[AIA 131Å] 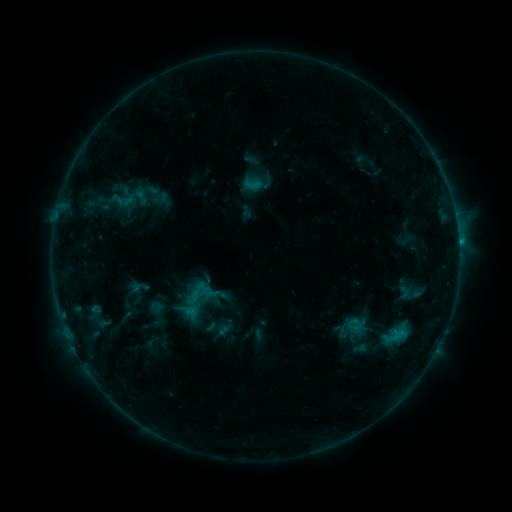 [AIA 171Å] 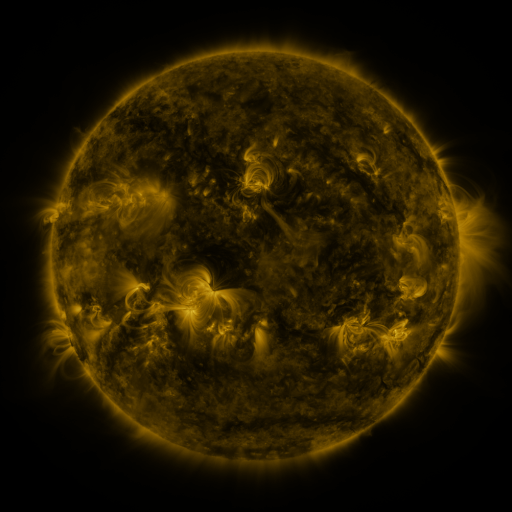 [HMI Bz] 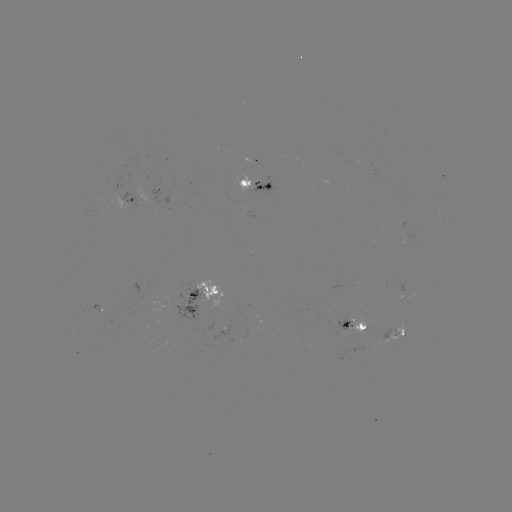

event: sigmoid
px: (161, 198)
